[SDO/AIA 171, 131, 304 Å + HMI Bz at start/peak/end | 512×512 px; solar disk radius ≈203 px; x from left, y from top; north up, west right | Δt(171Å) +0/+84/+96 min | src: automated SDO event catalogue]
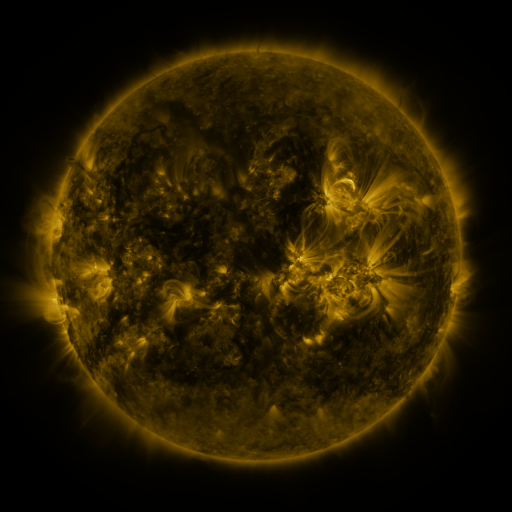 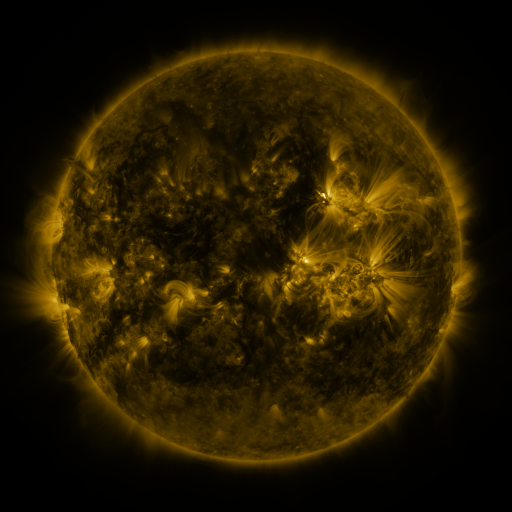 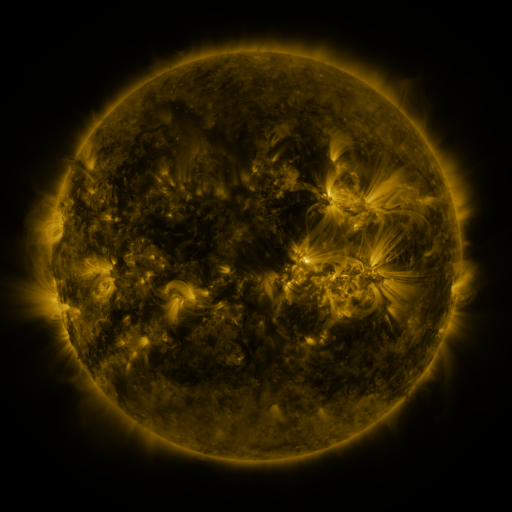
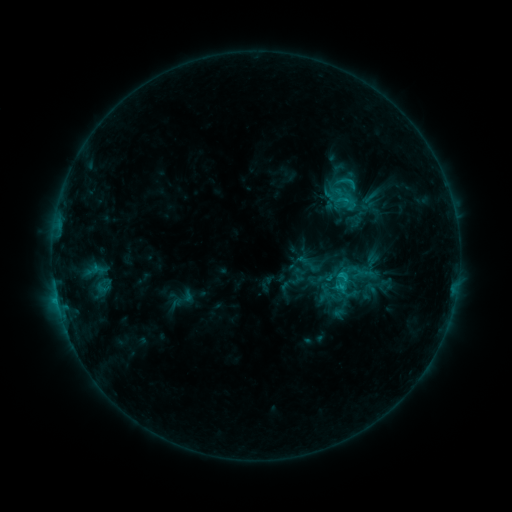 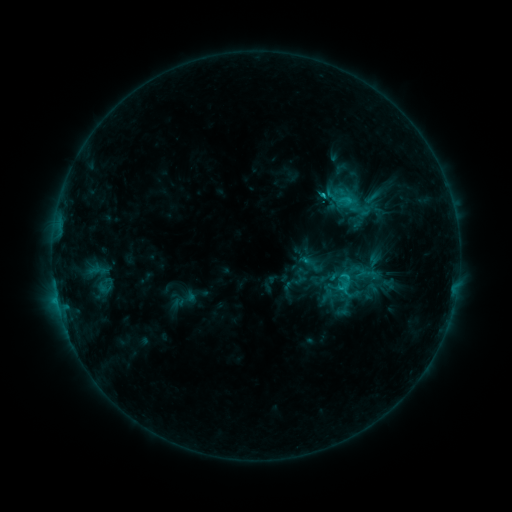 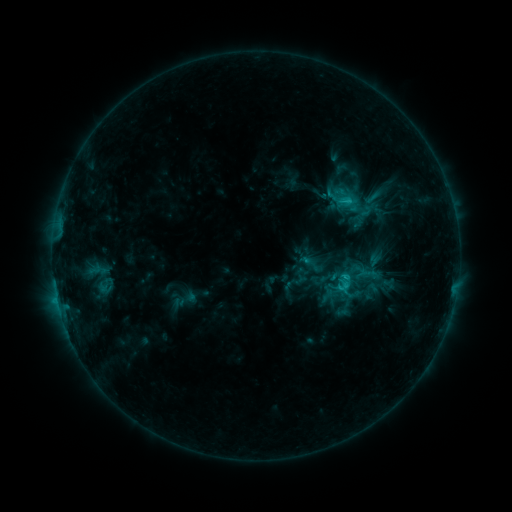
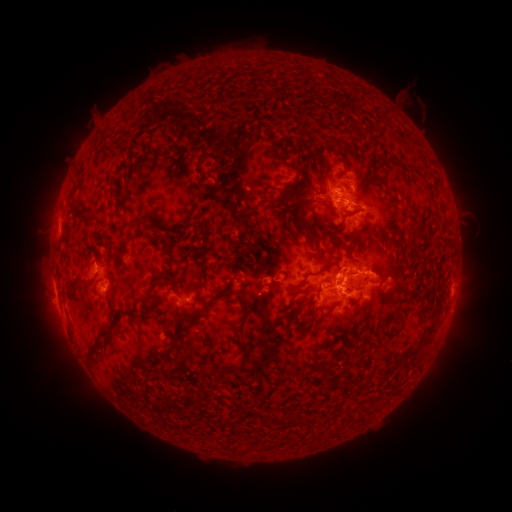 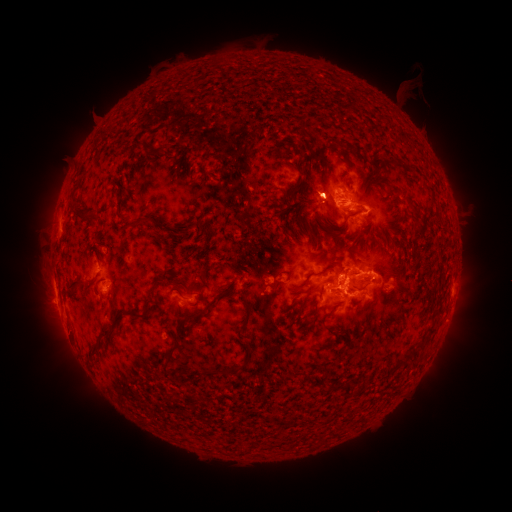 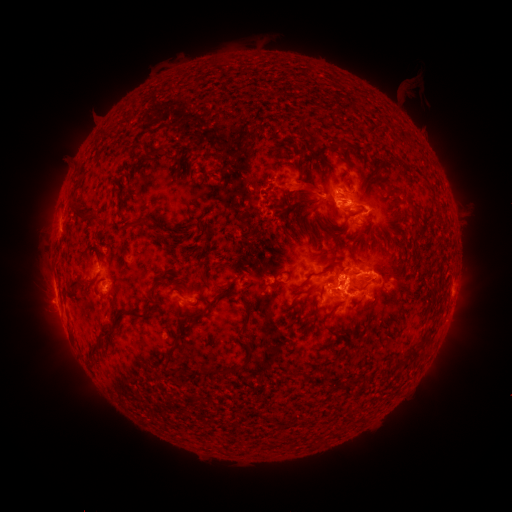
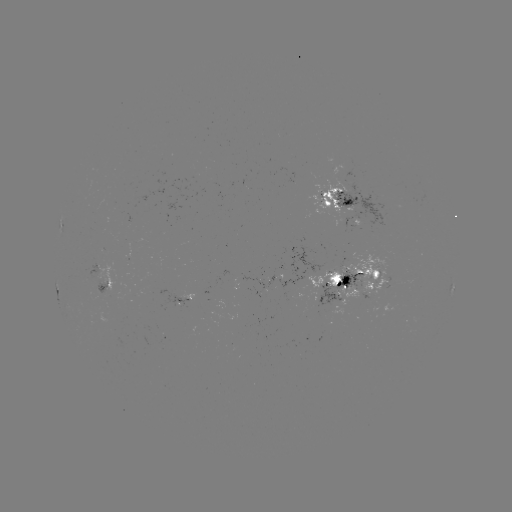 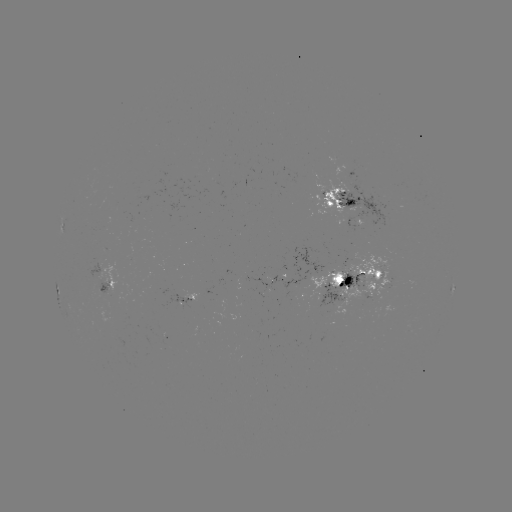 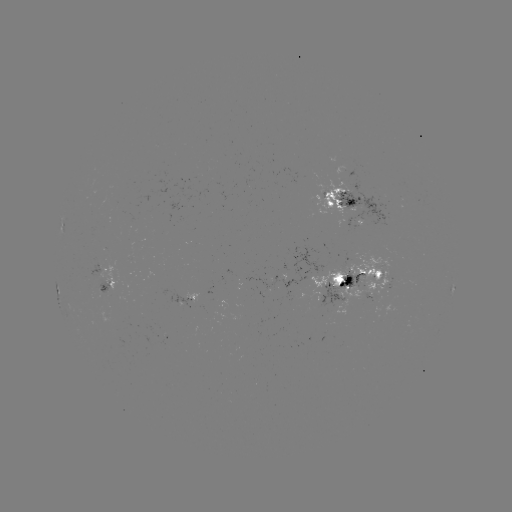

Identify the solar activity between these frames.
emerging-flux region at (332, 277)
